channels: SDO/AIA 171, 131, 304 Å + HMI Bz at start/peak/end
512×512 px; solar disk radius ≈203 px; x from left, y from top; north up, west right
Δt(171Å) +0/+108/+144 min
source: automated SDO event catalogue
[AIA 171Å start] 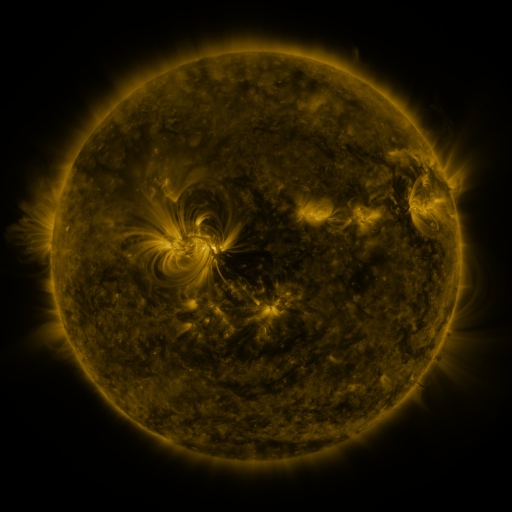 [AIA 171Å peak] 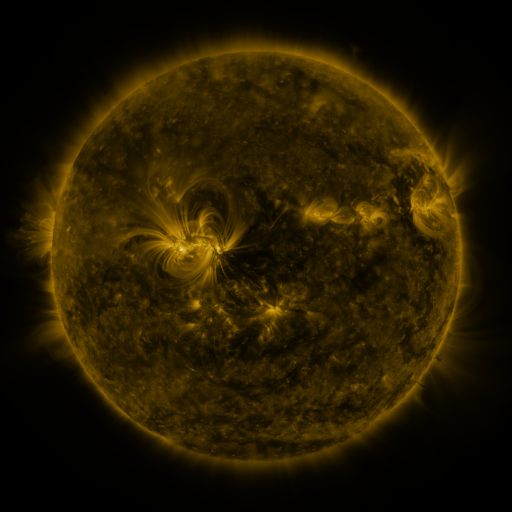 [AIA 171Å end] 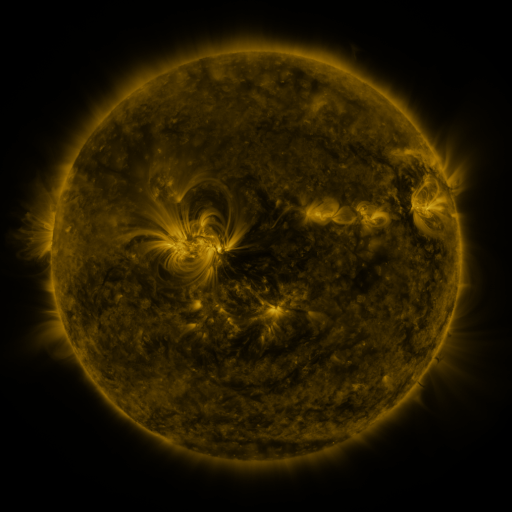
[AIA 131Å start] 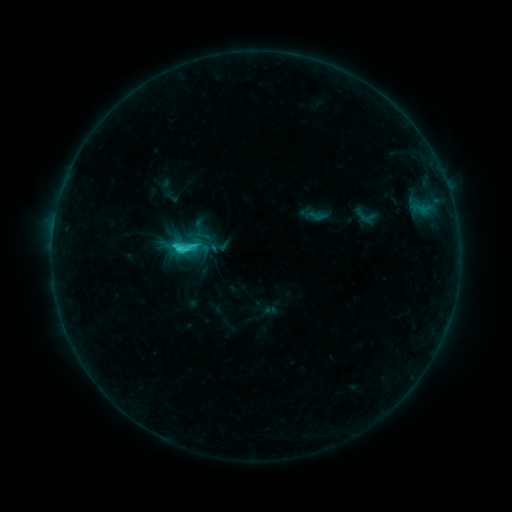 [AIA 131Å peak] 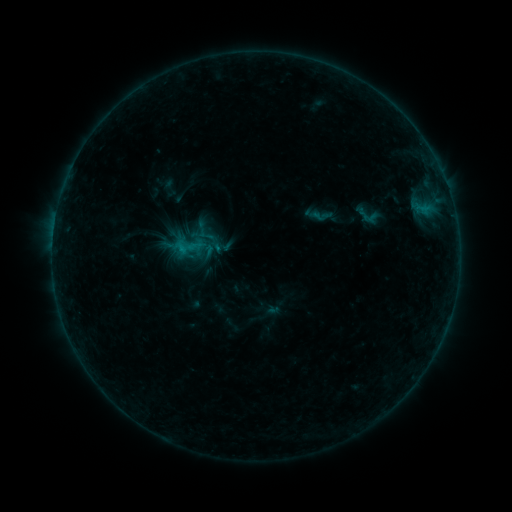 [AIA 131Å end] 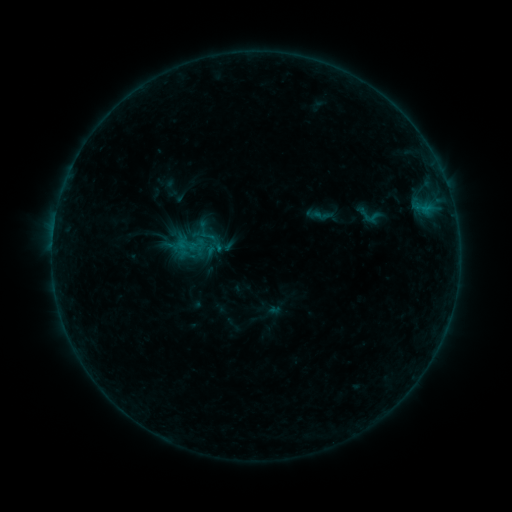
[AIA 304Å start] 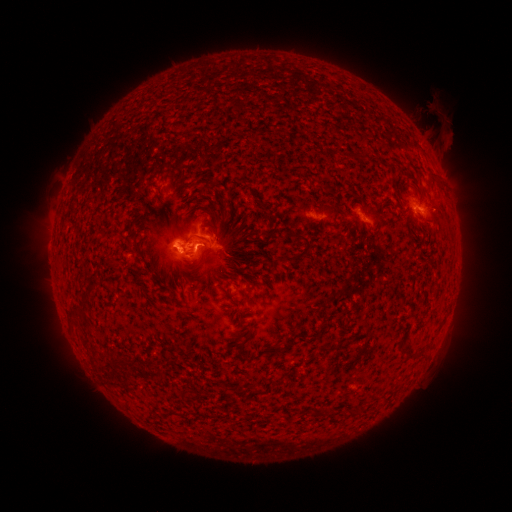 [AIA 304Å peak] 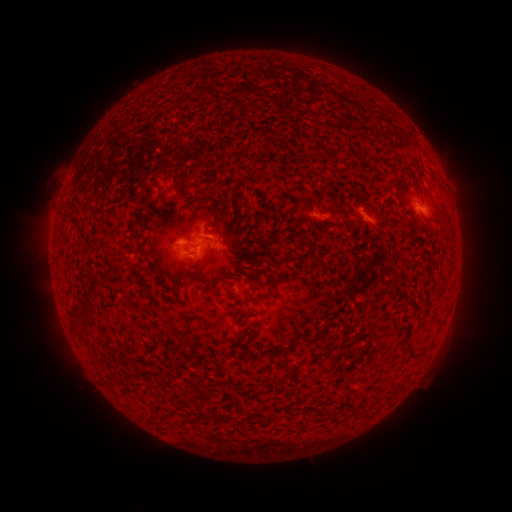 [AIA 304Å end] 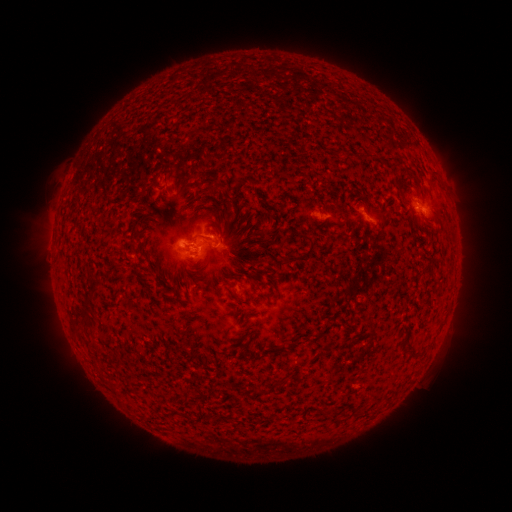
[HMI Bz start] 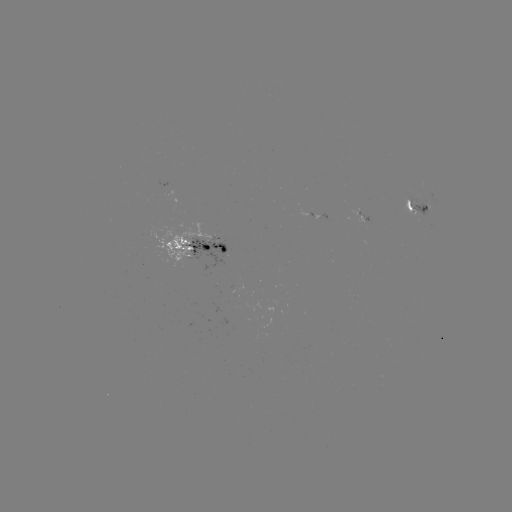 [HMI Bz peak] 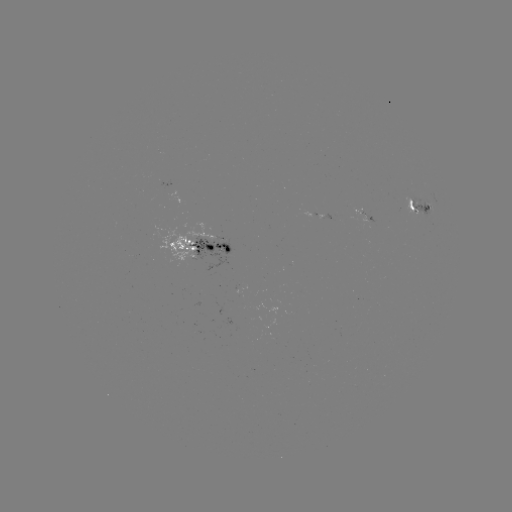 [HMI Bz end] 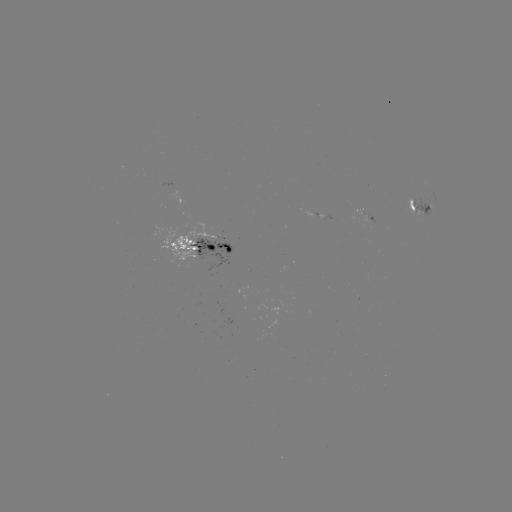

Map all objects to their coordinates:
emerging-flux region: (177, 241)
